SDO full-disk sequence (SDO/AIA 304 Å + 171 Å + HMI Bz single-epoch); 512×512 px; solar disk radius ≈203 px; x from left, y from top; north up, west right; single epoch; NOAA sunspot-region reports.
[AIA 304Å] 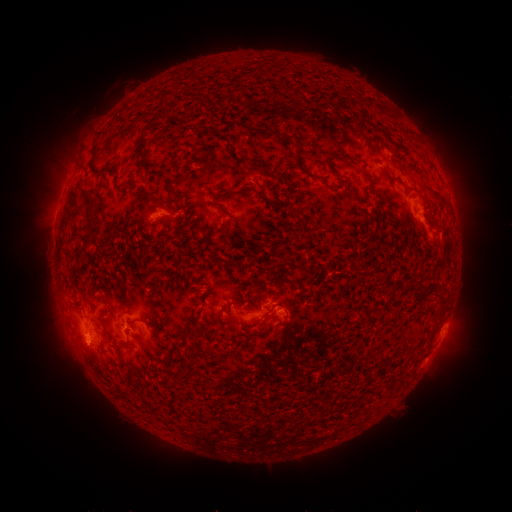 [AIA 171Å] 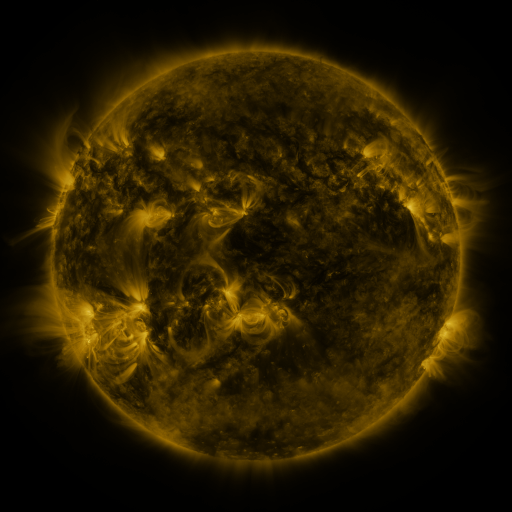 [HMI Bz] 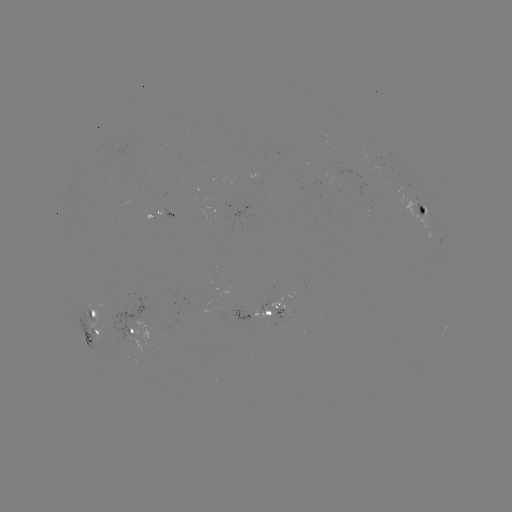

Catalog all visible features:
spotted active region: (419, 208)
spotted active region: (157, 219)
spotted active region: (444, 238)
spotted active region: (273, 306)
spotted active region: (446, 321)
spotted active region: (132, 328)
spotted active region: (96, 330)
